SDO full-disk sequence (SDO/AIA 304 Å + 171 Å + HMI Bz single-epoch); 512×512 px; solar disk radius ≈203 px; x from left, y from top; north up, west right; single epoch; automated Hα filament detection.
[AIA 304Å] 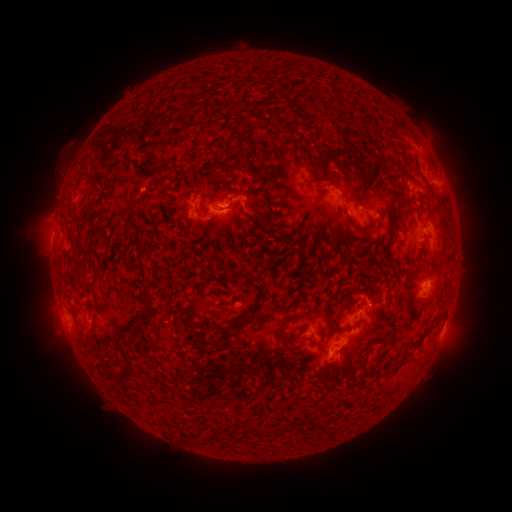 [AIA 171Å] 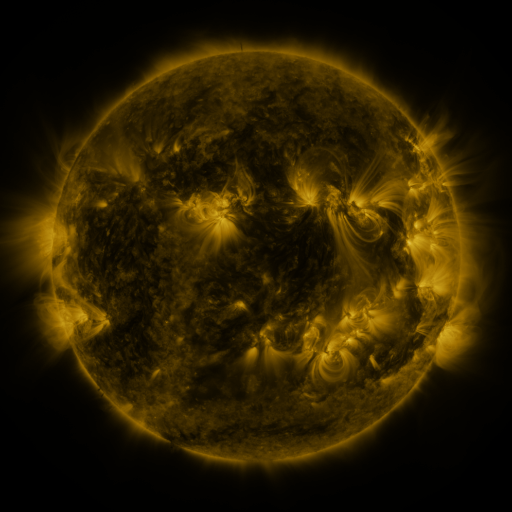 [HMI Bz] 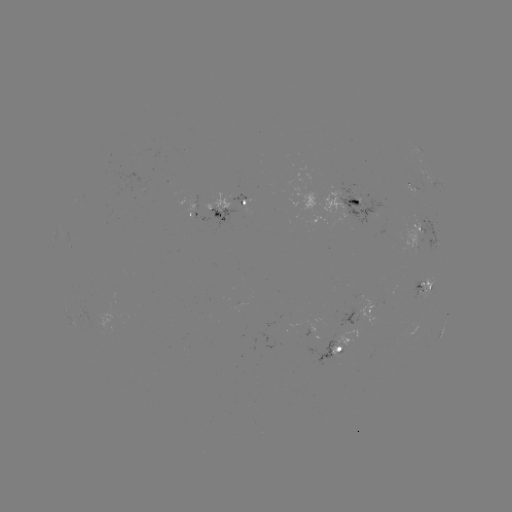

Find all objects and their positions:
filament: (244, 120)
filament: (395, 124)
filament: (229, 145)
filament: (349, 154)
filament: (224, 177)
filament: (407, 177)
filament: (198, 187)
filament: (209, 191)
filament: (249, 192)
filament: (201, 205)
filament: (255, 216)
filament: (375, 223)
filament: (272, 230)
filament: (287, 241)
filament: (377, 299)
filament: (144, 317)
filament: (233, 321)
filament: (432, 328)
filament: (279, 330)
filament: (87, 339)
filament: (383, 355)
filament: (119, 374)
